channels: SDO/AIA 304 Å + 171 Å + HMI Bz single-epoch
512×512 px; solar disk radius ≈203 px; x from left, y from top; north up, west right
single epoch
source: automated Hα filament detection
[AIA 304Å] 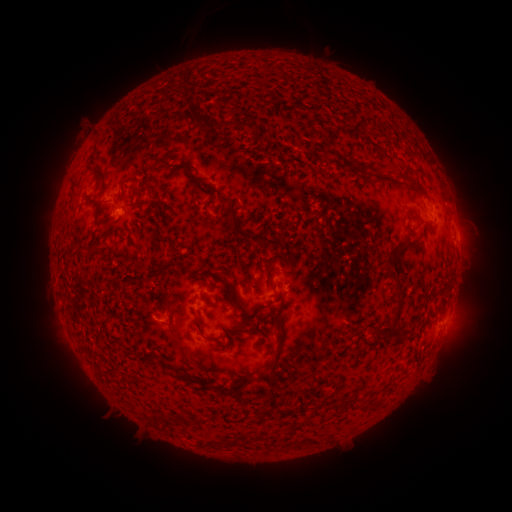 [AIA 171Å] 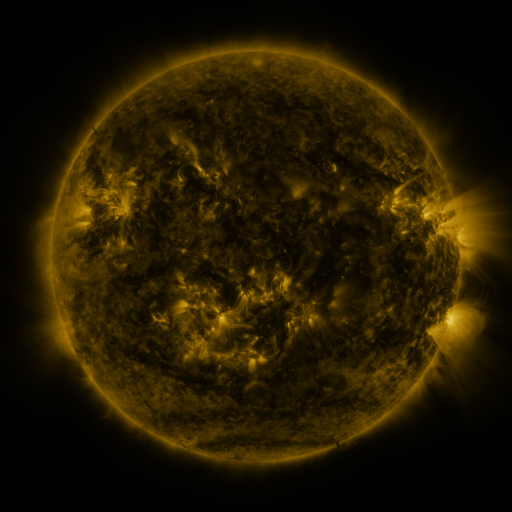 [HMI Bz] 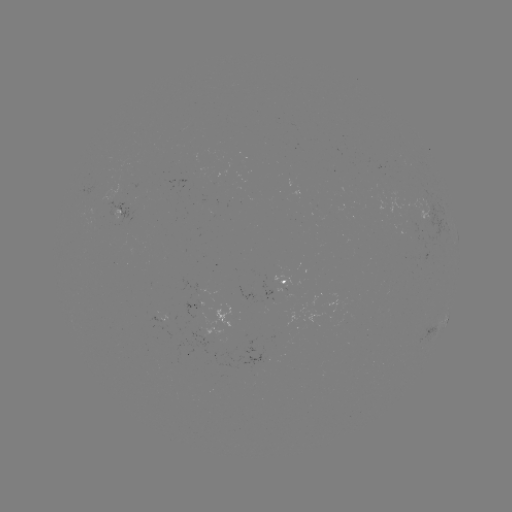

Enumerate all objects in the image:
filament: (250, 97)
filament: (383, 164)
filament: (367, 173)
filament: (411, 181)
filament: (200, 185)
filament: (148, 188)
filament: (136, 193)
filament: (123, 201)
filament: (97, 205)
filament: (252, 237)
filament: (409, 242)
filament: (269, 267)
filament: (223, 275)
filament: (398, 292)
filament: (241, 306)
filament: (166, 311)
filament: (396, 316)
filament: (272, 318)
filament: (244, 322)
filament: (199, 326)
filament: (213, 339)
filament: (280, 344)
filament: (165, 363)
filament: (184, 375)
filament: (236, 389)
filament: (182, 419)
